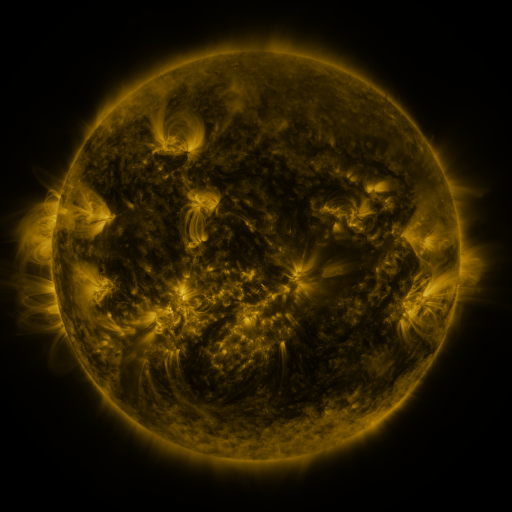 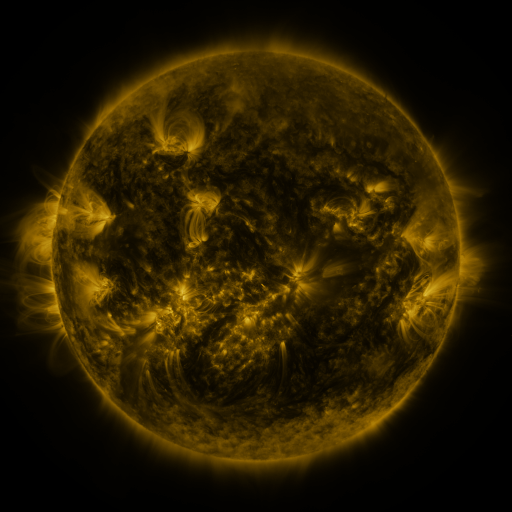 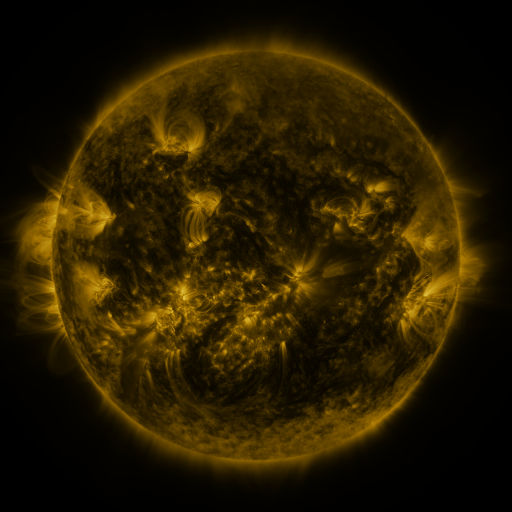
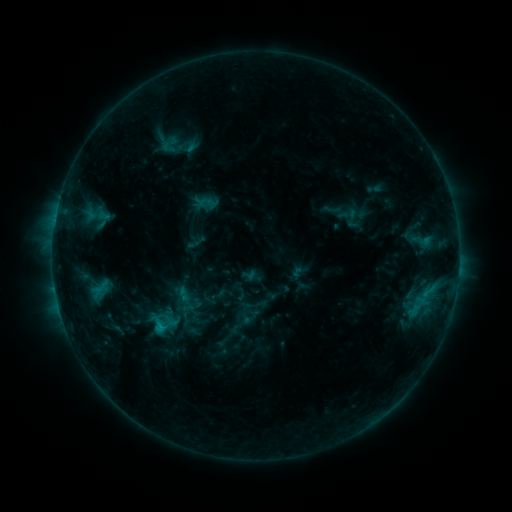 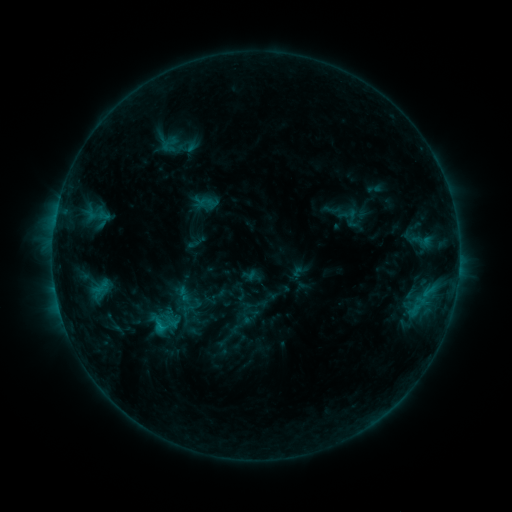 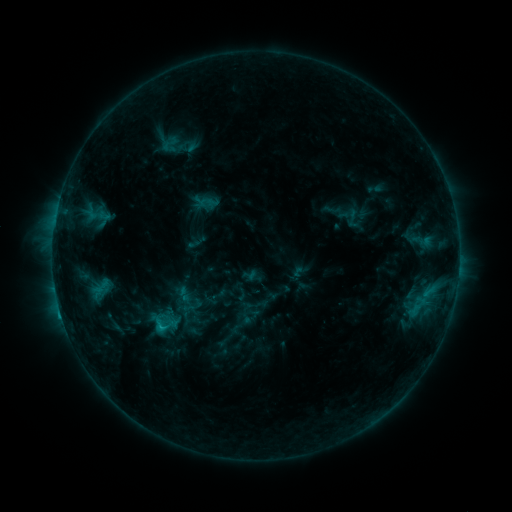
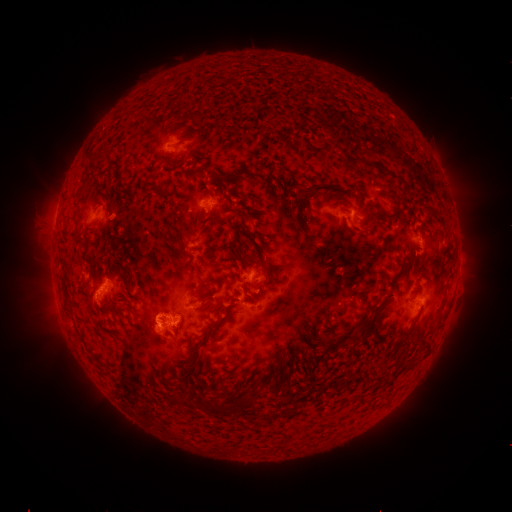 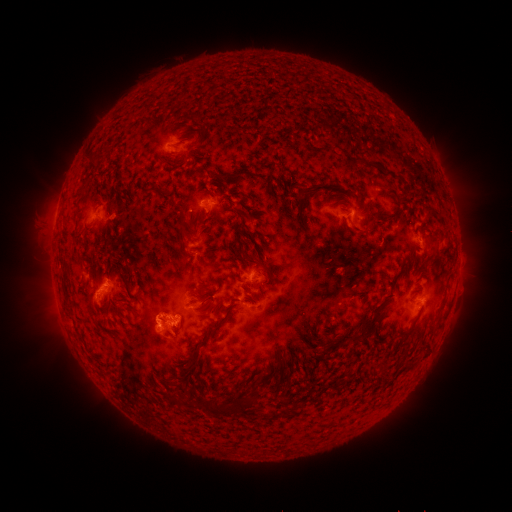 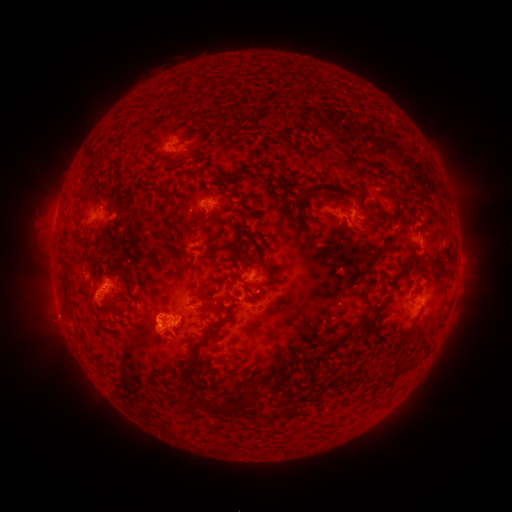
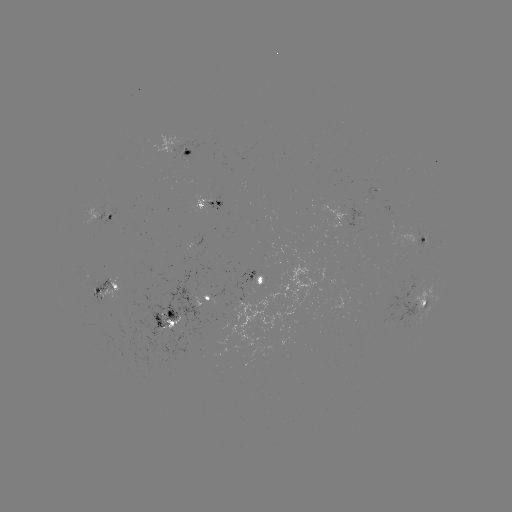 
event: eruption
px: (56, 320)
